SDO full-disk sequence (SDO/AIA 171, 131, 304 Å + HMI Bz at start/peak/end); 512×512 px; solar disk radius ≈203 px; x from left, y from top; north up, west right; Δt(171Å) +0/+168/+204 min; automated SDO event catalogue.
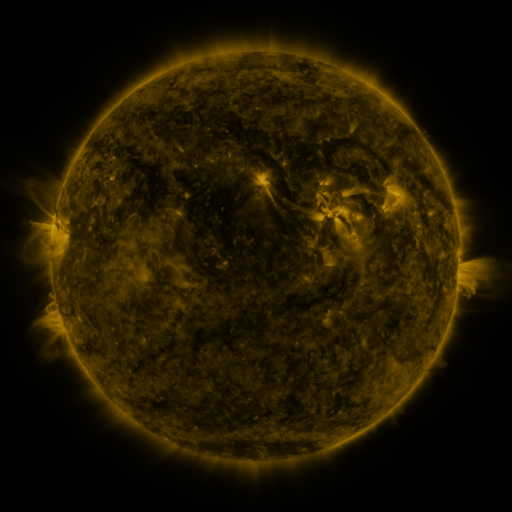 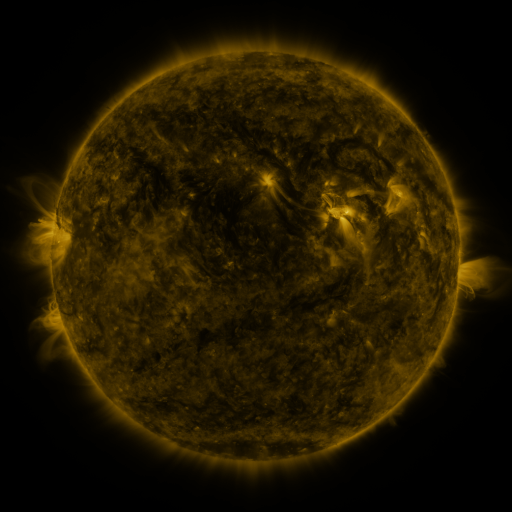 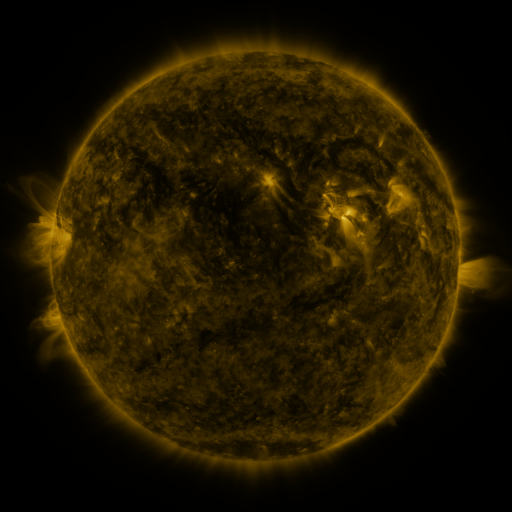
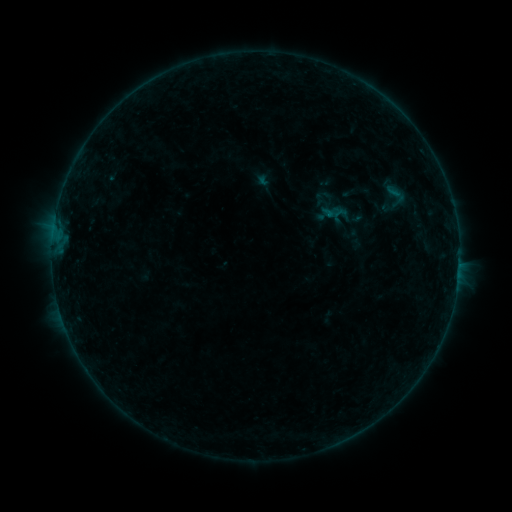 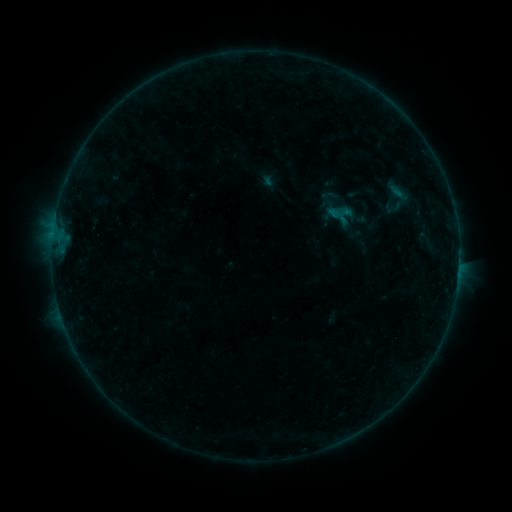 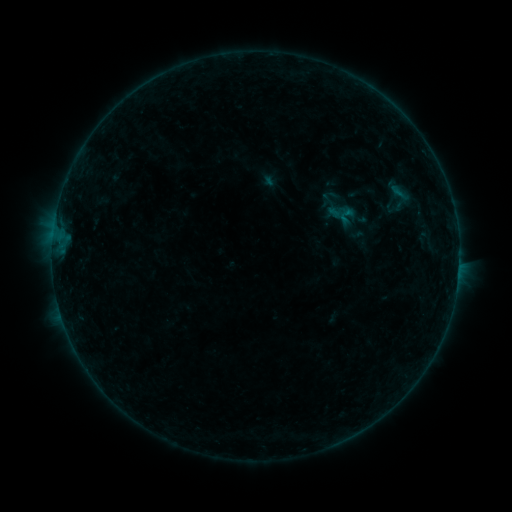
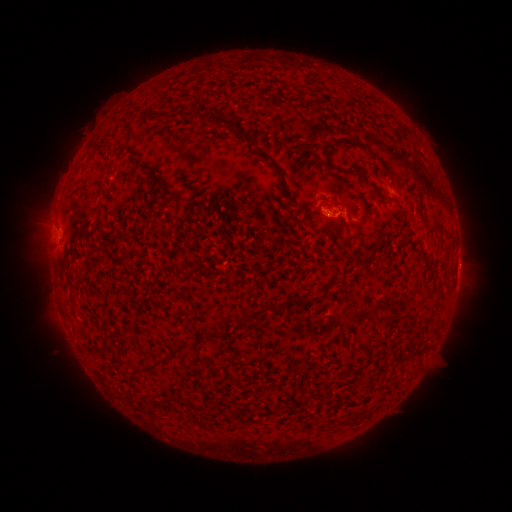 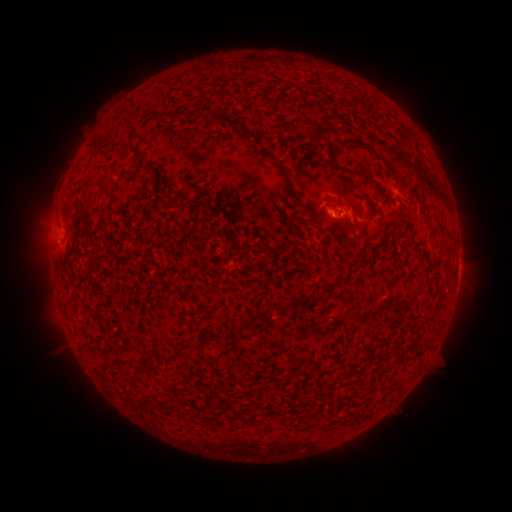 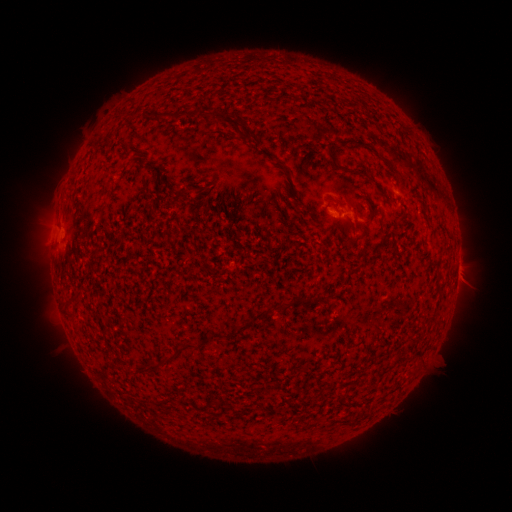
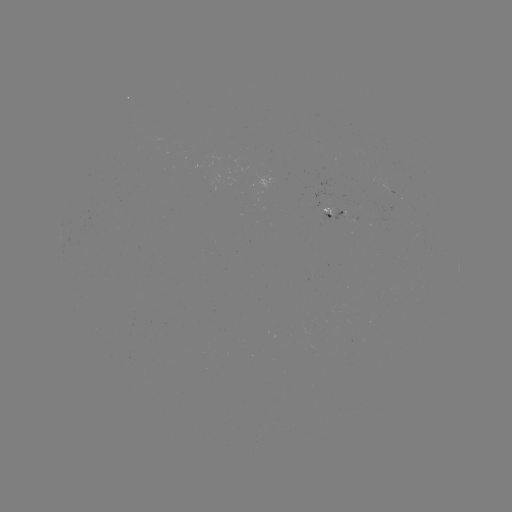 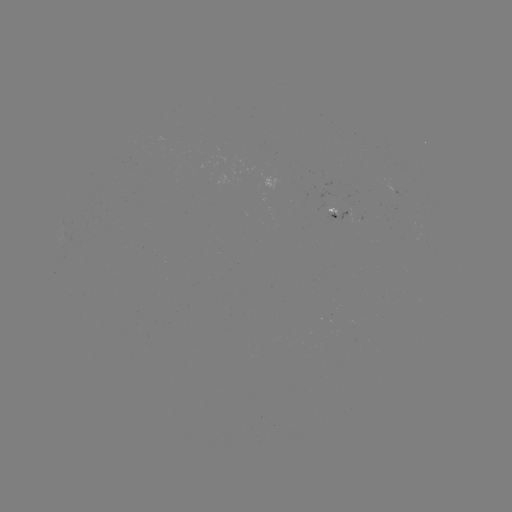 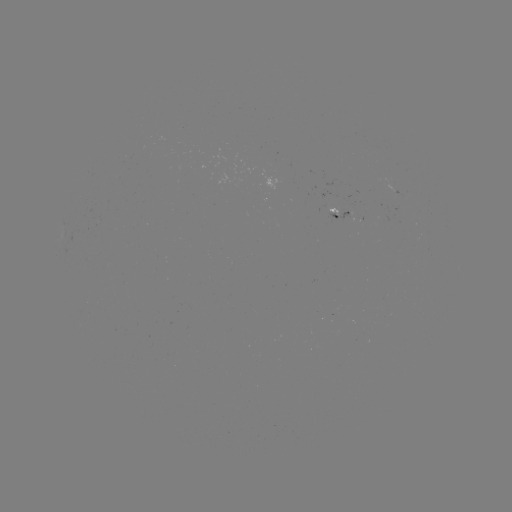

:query emerging-flux region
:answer (341, 202)